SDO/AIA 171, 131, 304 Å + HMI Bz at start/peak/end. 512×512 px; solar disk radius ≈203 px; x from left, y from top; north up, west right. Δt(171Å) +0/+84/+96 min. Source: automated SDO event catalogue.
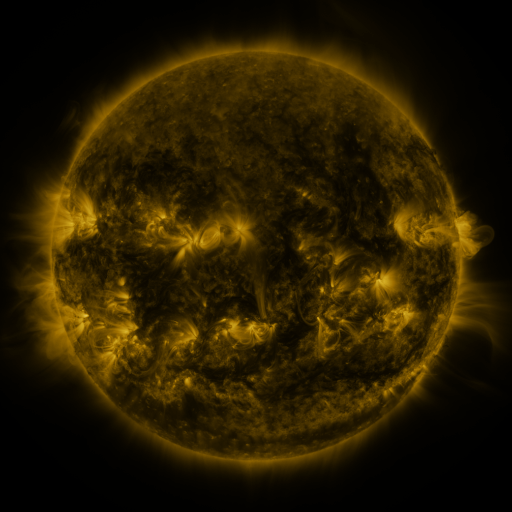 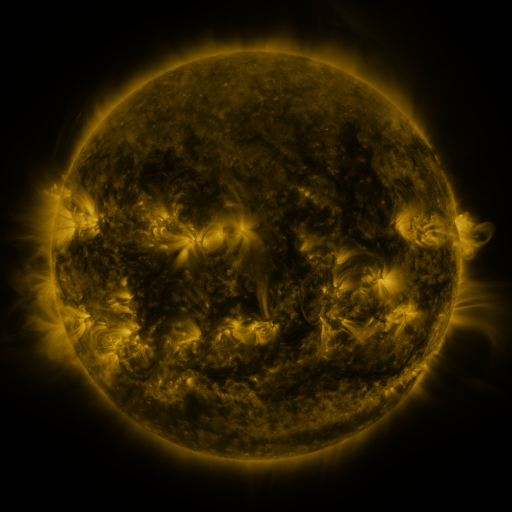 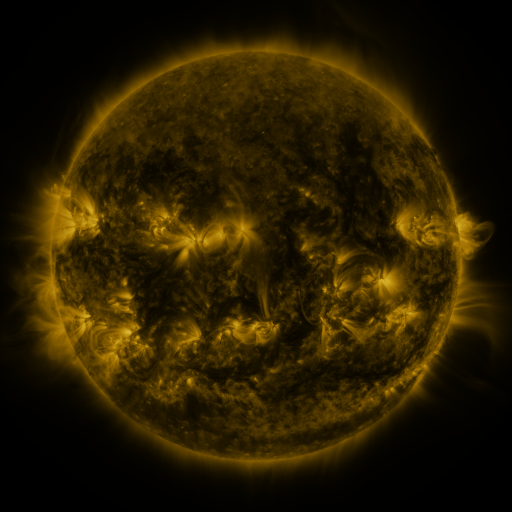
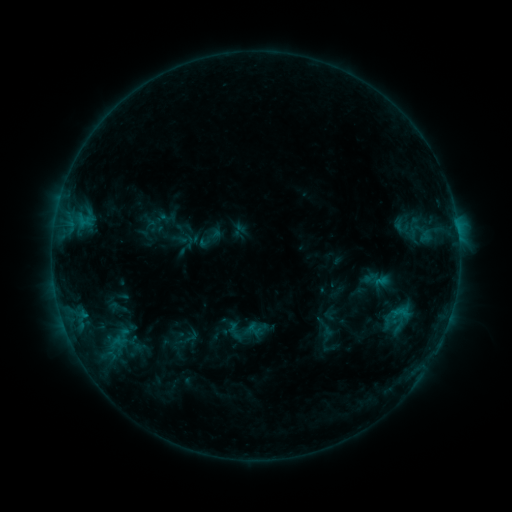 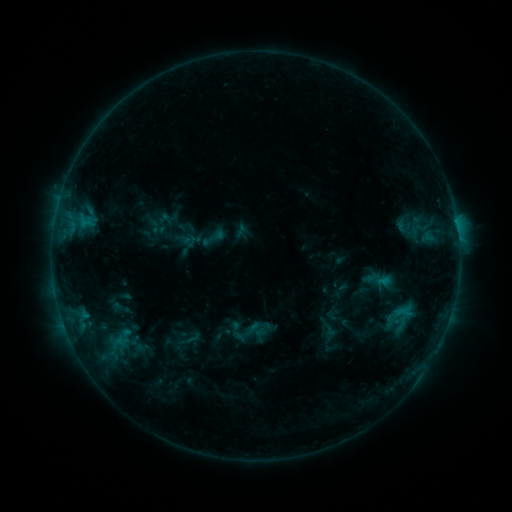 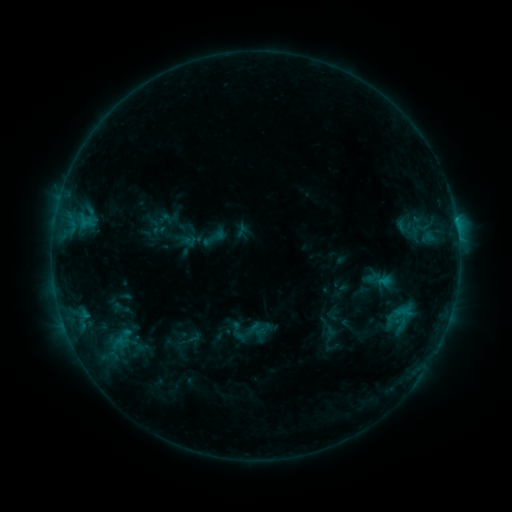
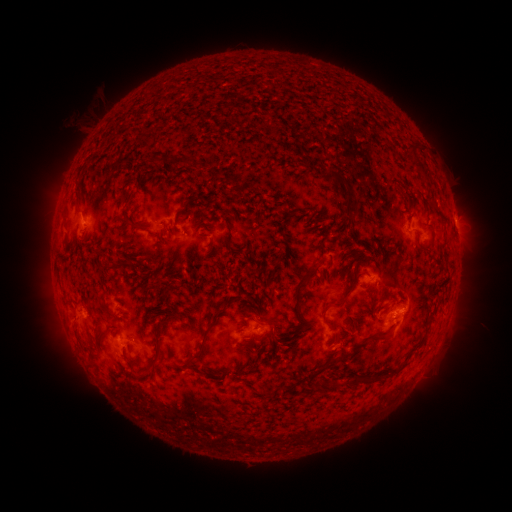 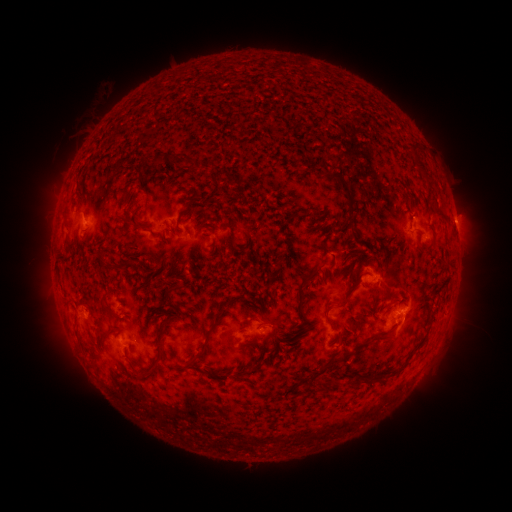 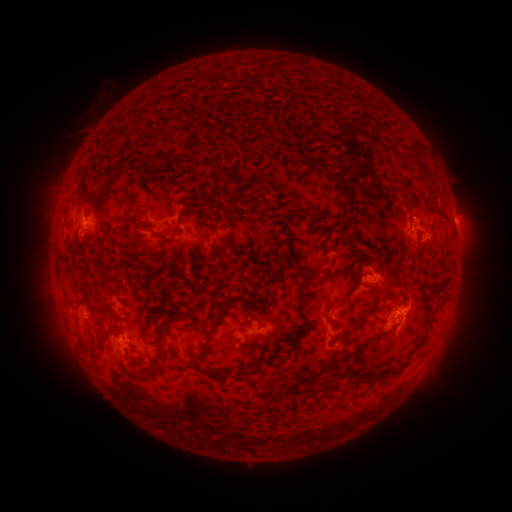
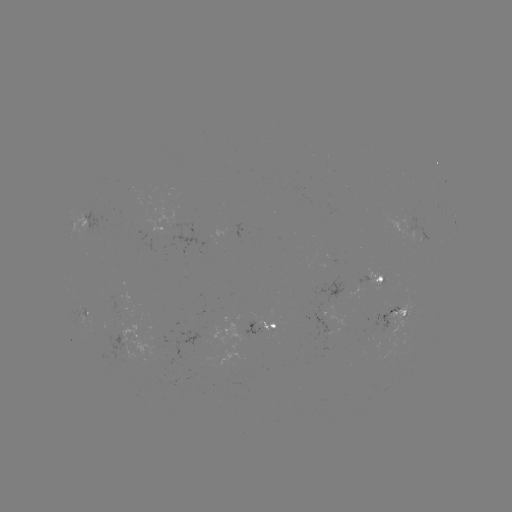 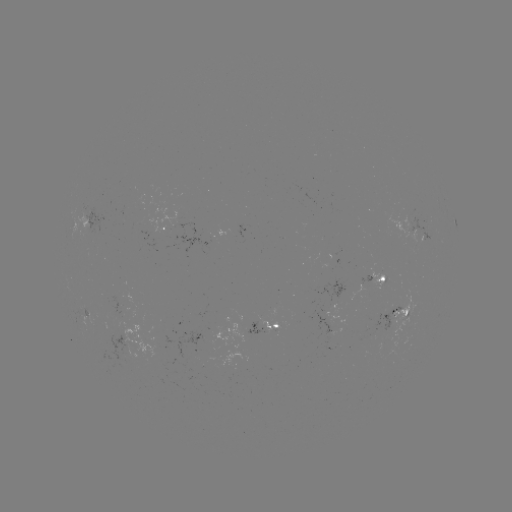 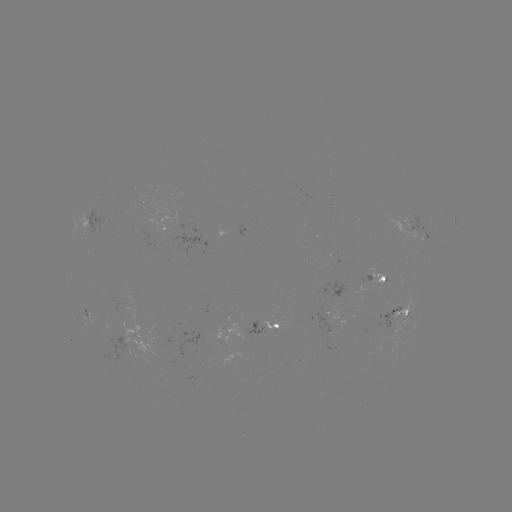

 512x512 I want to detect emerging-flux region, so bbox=[380, 208, 420, 243].